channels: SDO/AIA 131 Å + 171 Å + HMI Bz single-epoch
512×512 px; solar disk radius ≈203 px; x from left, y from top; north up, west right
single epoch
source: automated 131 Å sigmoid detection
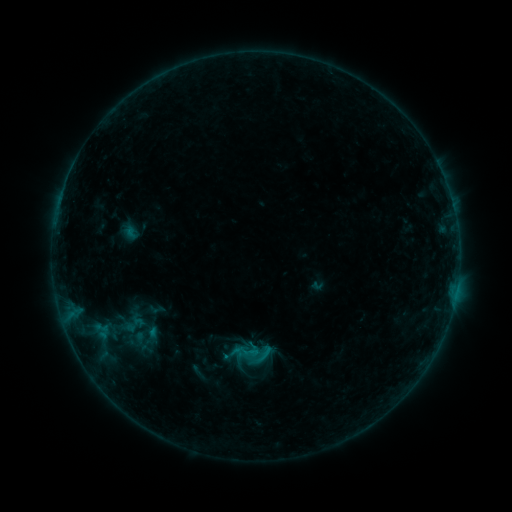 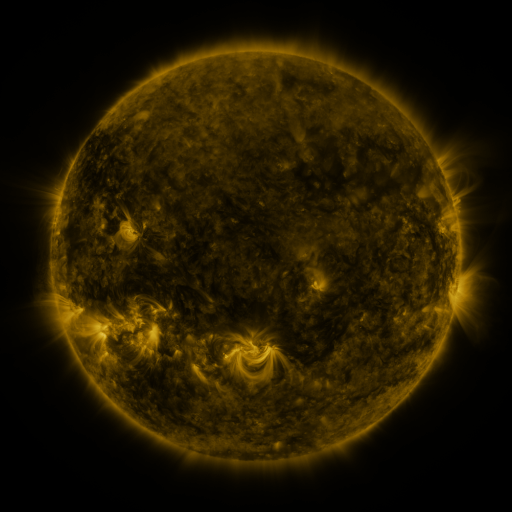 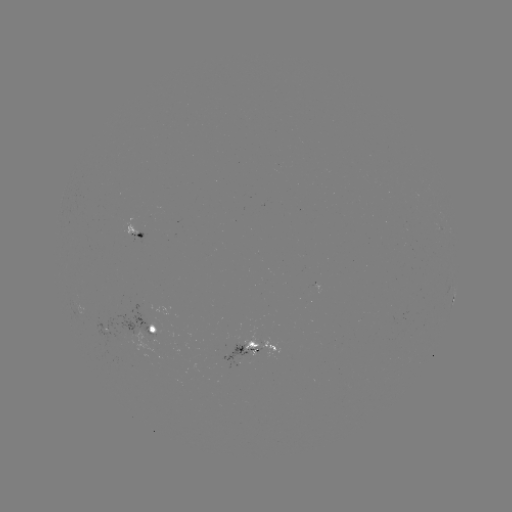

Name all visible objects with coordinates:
sigmoid: [250, 341, 272, 362]
